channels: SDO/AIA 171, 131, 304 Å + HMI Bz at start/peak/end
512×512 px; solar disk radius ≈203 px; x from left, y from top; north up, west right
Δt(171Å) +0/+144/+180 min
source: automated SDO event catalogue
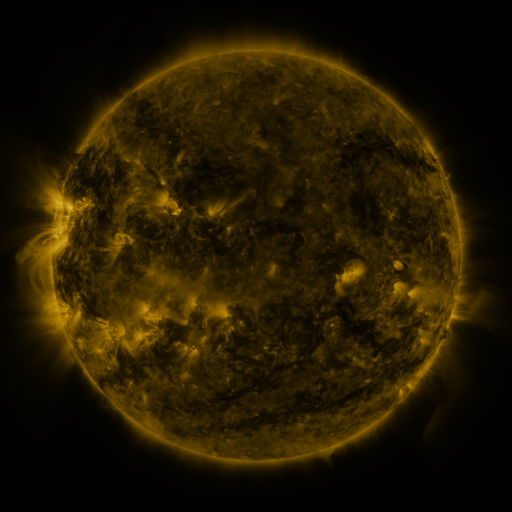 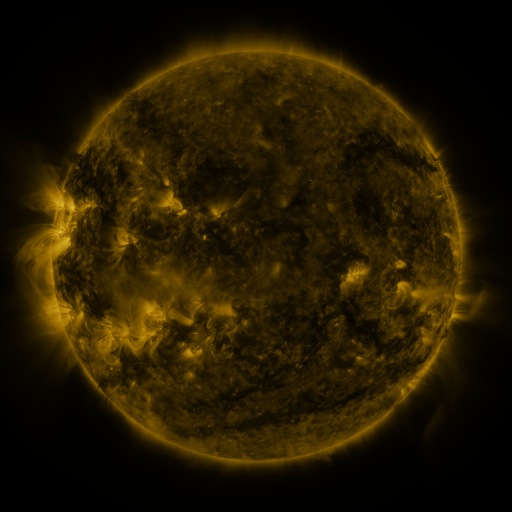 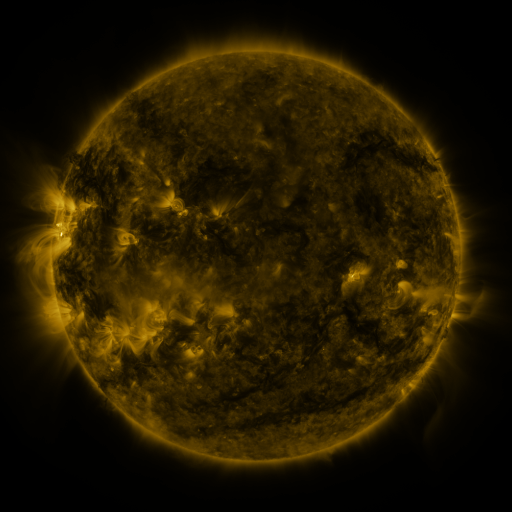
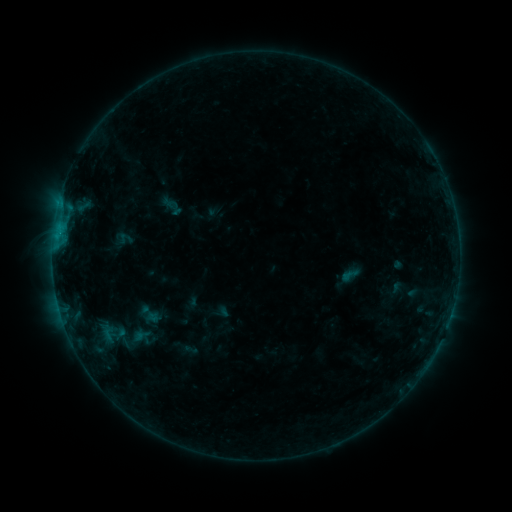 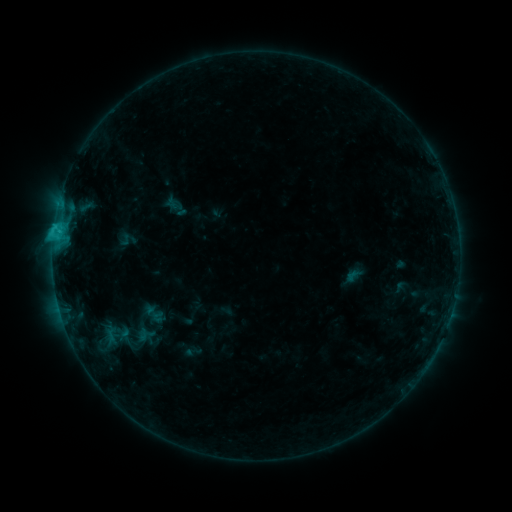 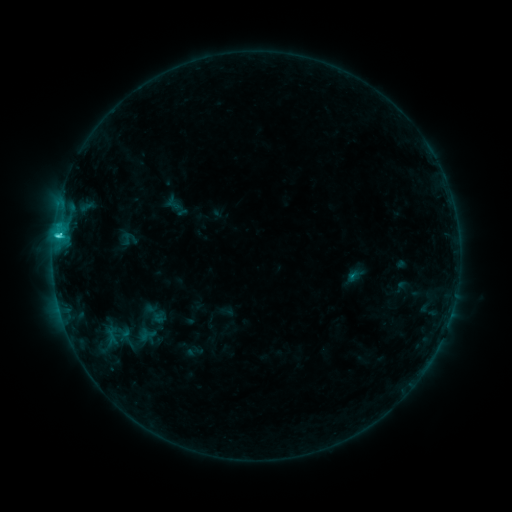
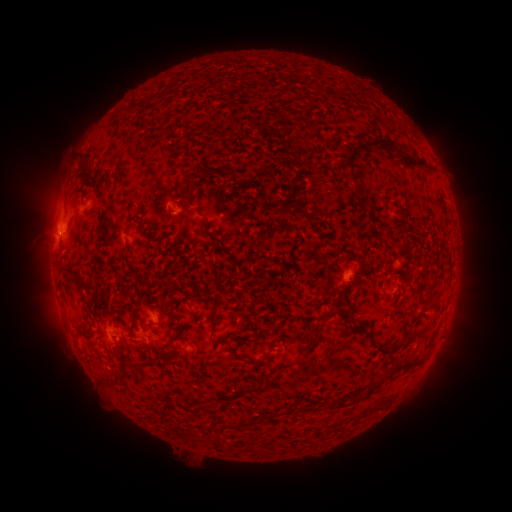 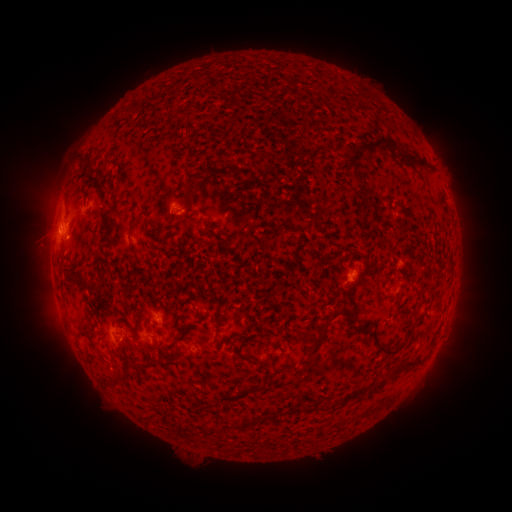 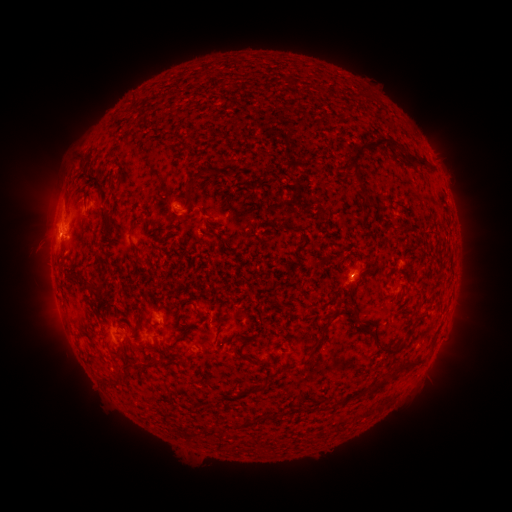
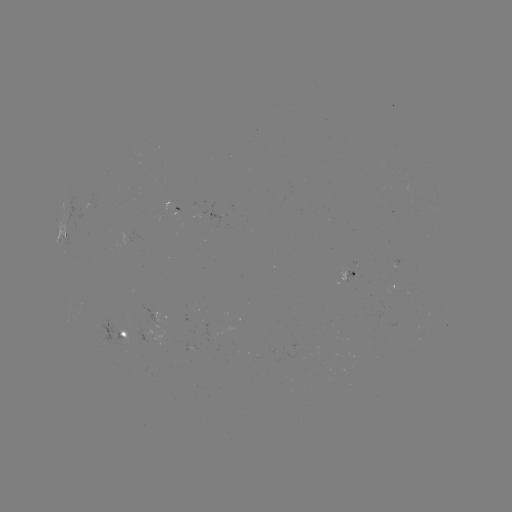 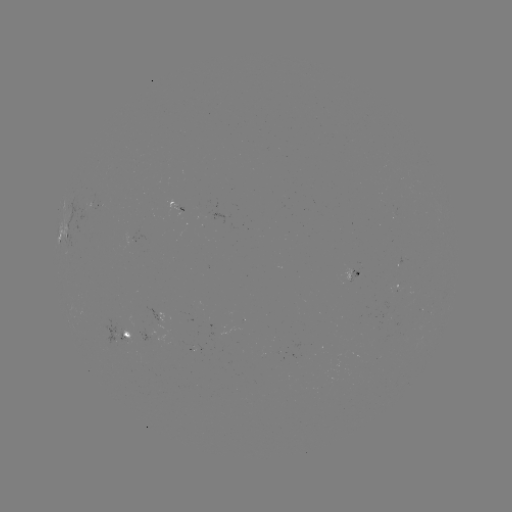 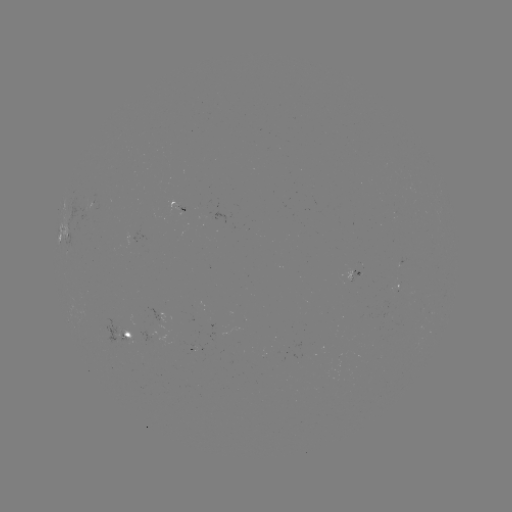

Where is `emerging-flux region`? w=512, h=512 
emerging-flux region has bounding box [142, 304, 166, 332].